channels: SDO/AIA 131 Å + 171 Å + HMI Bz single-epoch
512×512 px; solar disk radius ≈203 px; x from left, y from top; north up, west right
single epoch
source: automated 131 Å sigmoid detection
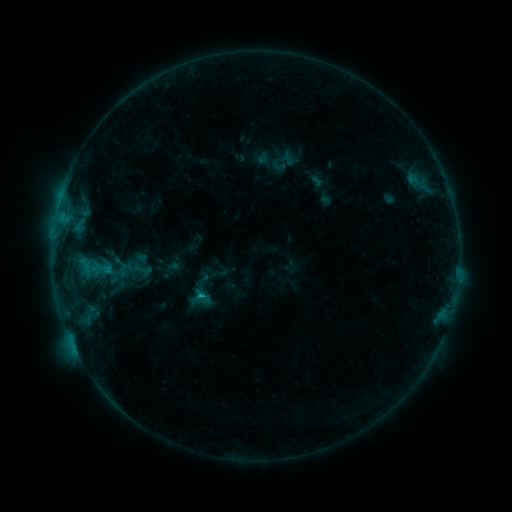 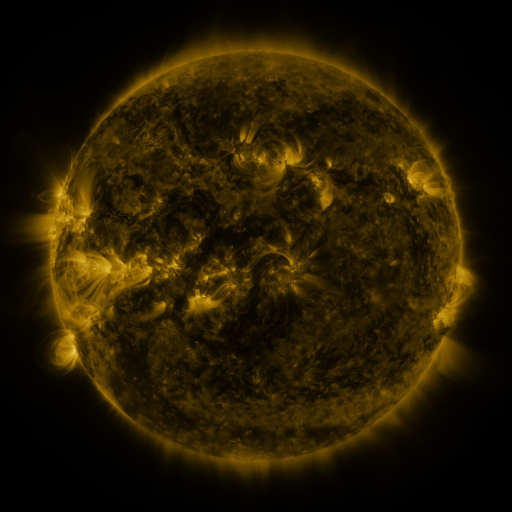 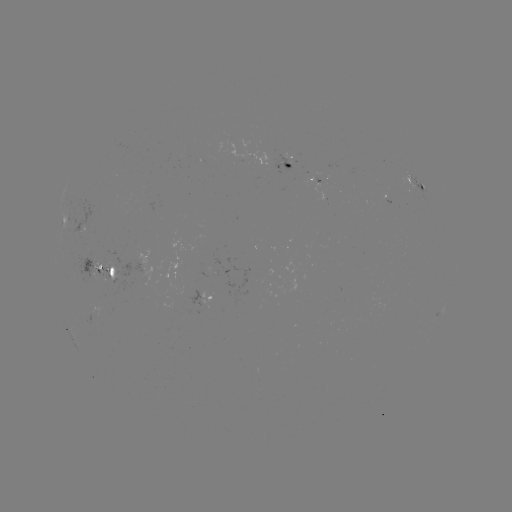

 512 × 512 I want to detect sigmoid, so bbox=[189, 287, 213, 307].